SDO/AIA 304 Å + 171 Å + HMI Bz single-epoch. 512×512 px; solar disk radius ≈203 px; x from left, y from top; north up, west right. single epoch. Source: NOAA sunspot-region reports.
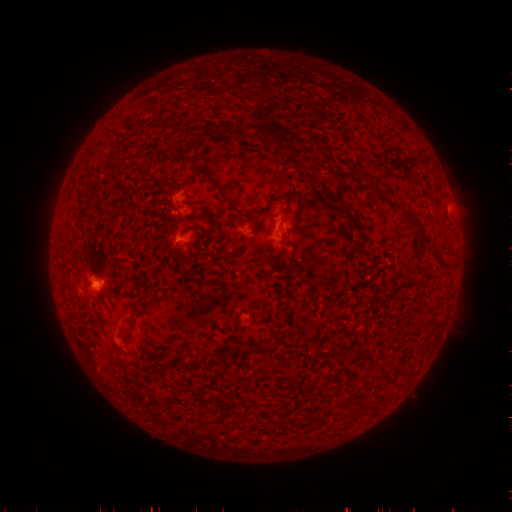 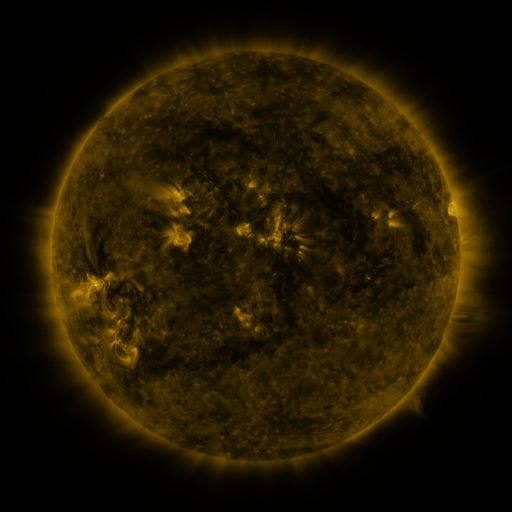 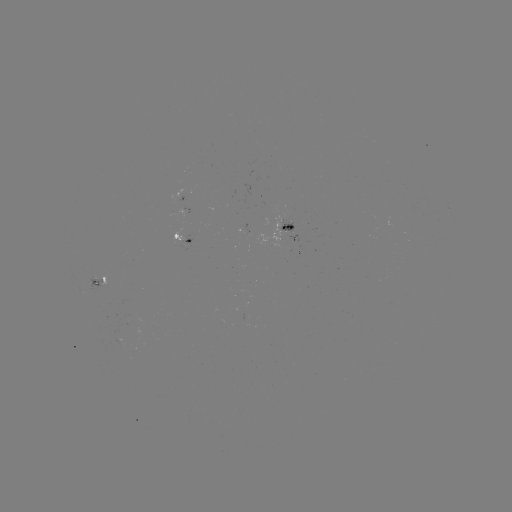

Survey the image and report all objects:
spotted active region: (291, 227)
spotted active region: (183, 241)
spotted active region: (99, 286)
